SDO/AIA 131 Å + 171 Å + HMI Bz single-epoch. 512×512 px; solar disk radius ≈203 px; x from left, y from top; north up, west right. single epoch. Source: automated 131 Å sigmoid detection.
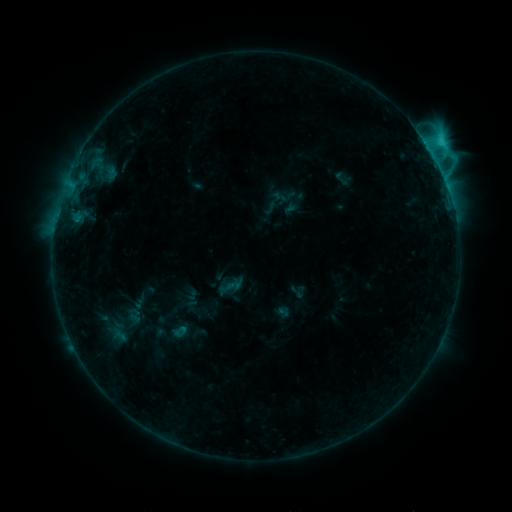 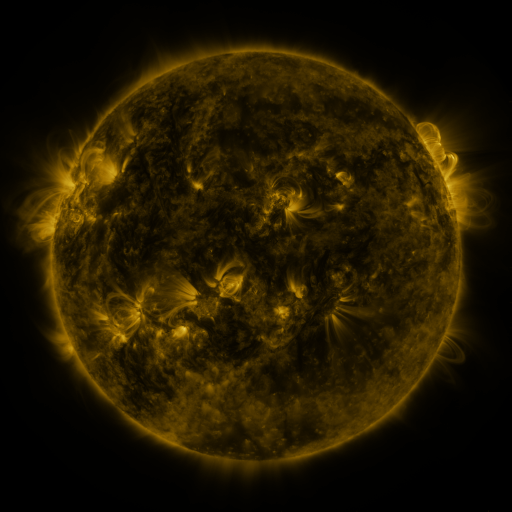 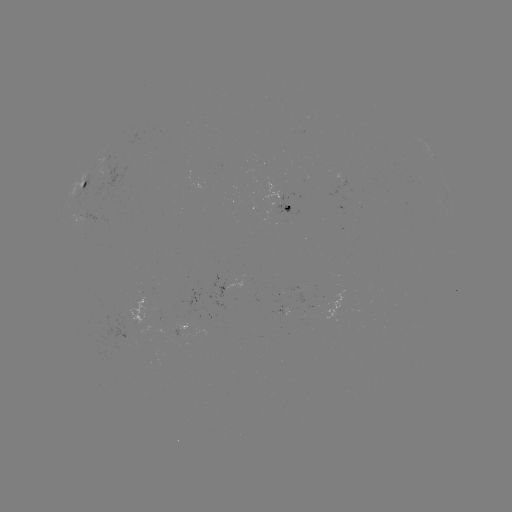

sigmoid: (225, 277, 242, 294)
